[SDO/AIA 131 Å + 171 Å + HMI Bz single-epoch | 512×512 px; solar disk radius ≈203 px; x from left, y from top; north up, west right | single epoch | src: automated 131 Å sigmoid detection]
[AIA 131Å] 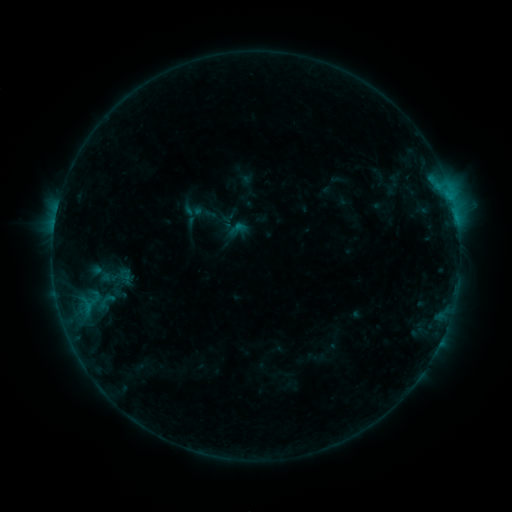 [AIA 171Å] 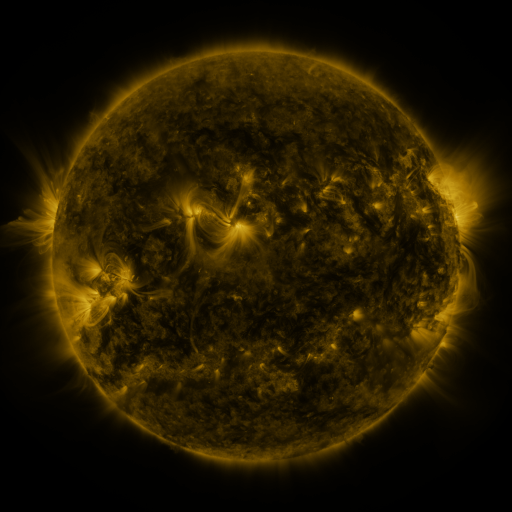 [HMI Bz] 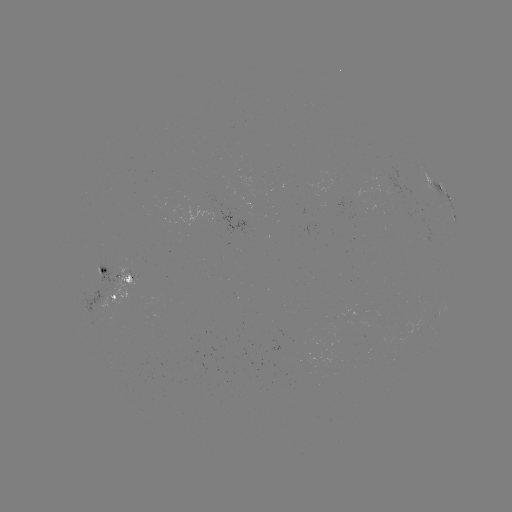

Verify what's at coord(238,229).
sigmoid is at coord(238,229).